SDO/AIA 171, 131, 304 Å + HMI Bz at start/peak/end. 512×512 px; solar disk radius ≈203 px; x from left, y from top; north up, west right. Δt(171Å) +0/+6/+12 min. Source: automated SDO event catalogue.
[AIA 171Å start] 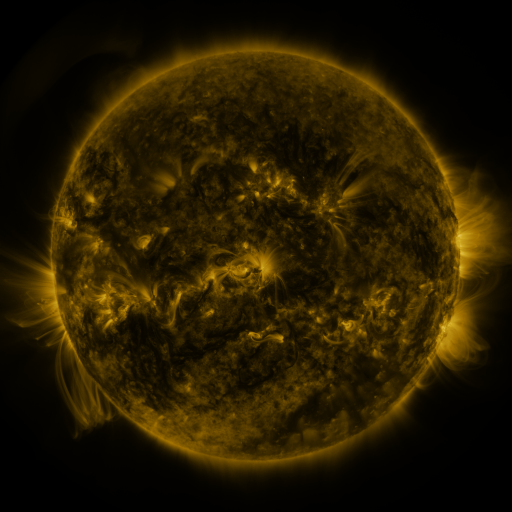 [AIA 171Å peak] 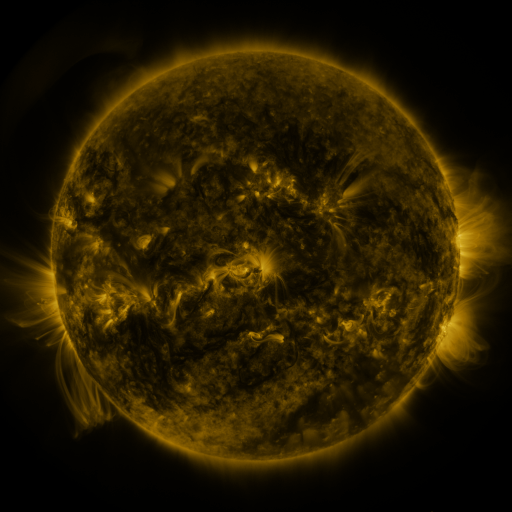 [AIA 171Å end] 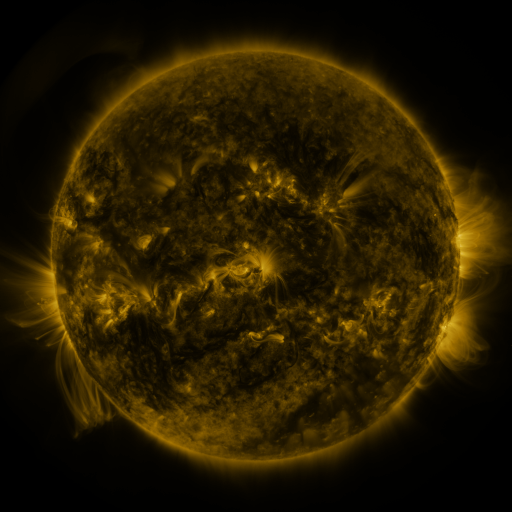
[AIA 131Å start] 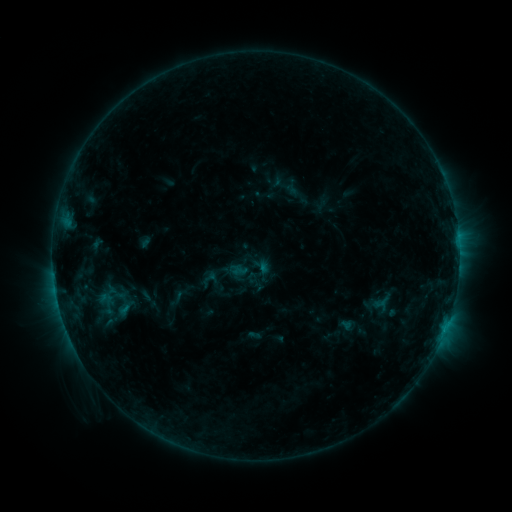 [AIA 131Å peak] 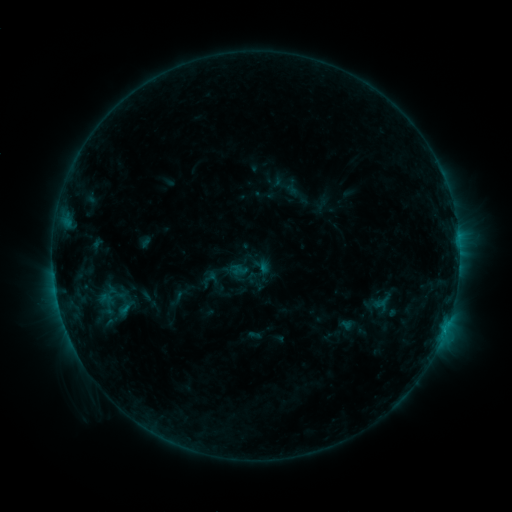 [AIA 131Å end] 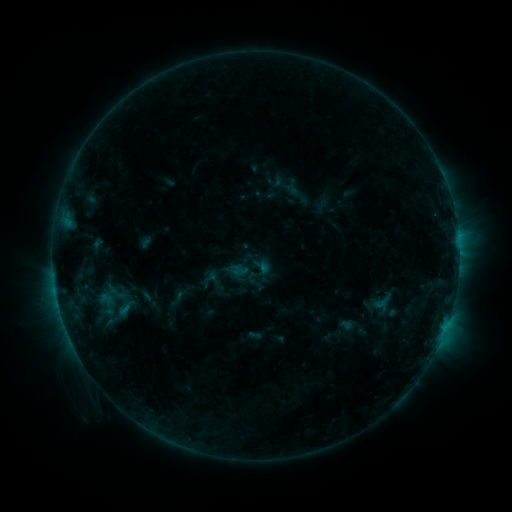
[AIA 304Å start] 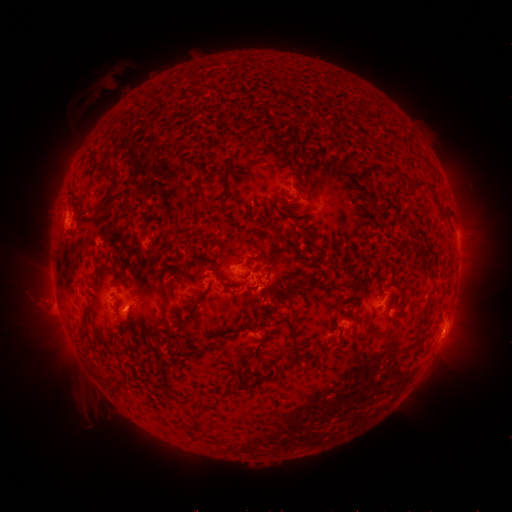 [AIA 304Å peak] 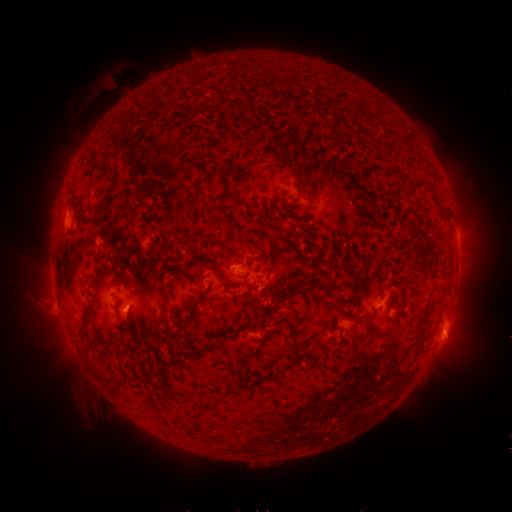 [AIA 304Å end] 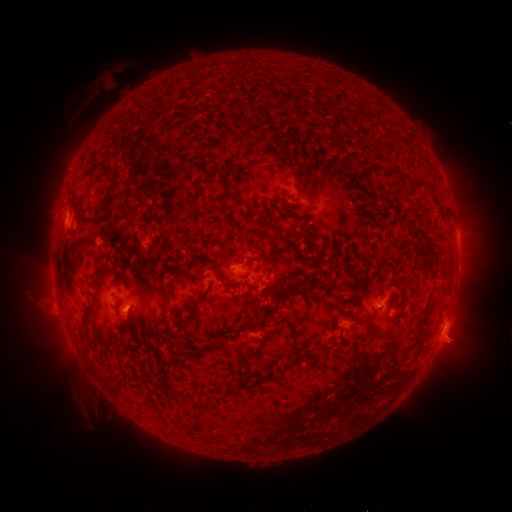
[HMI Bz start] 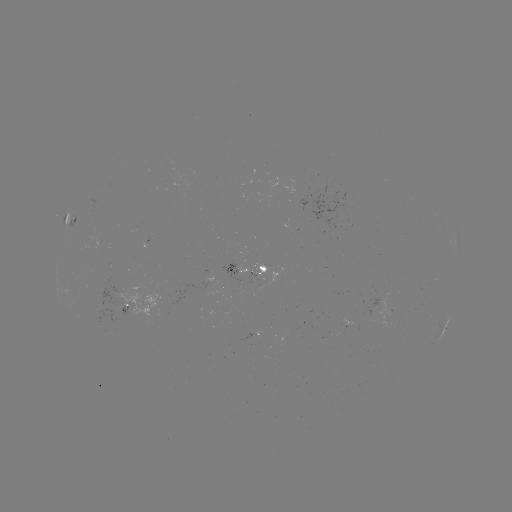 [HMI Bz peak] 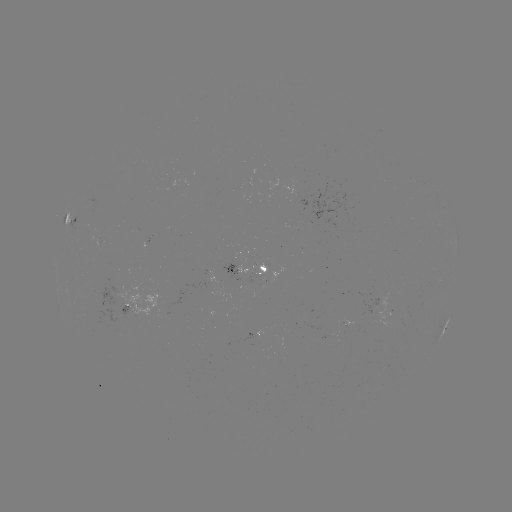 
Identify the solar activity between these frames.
eruption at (454, 344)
